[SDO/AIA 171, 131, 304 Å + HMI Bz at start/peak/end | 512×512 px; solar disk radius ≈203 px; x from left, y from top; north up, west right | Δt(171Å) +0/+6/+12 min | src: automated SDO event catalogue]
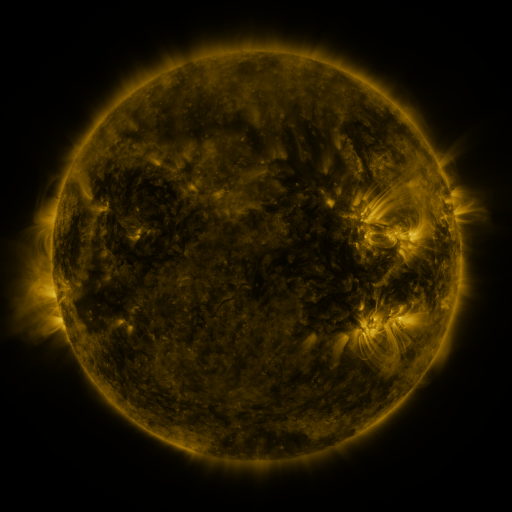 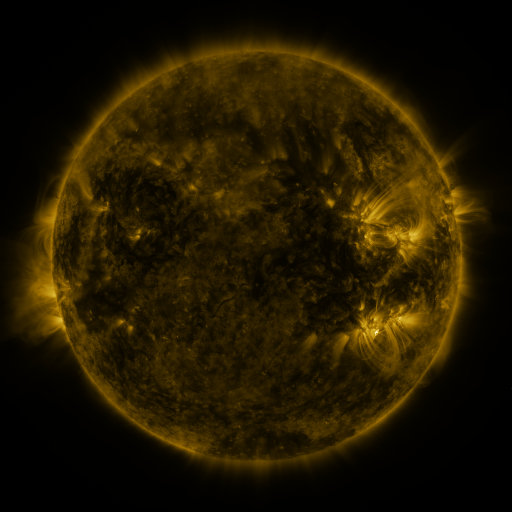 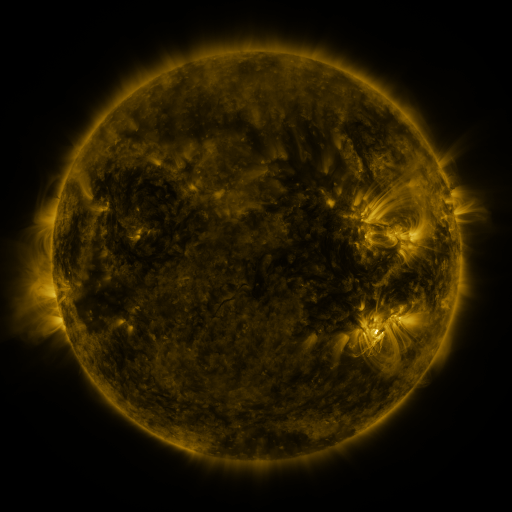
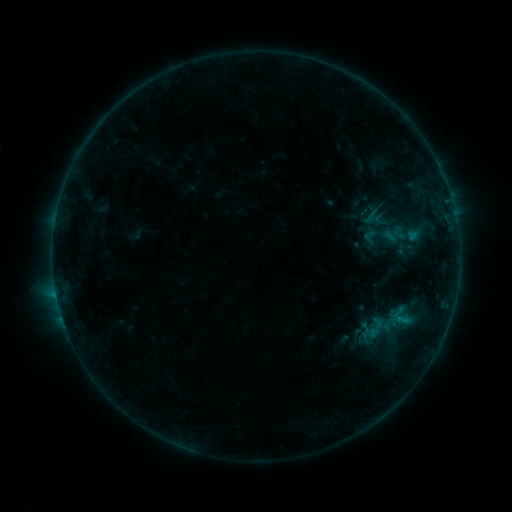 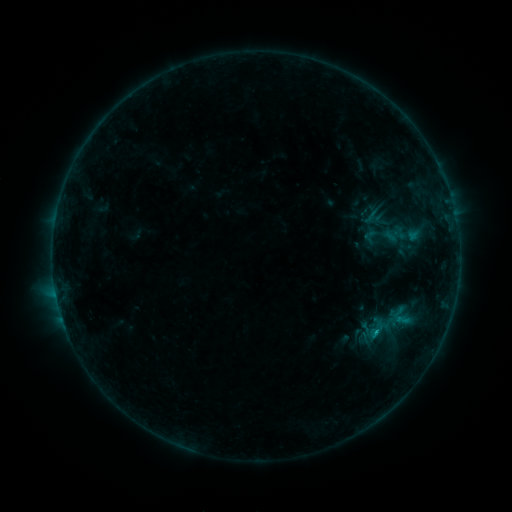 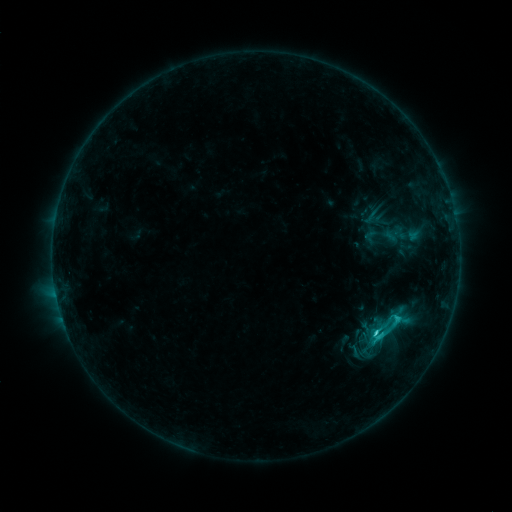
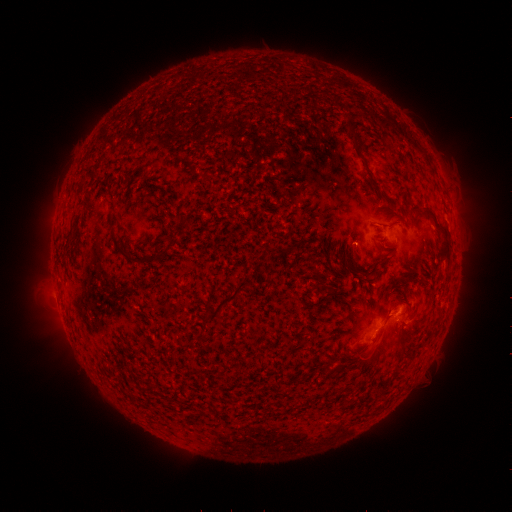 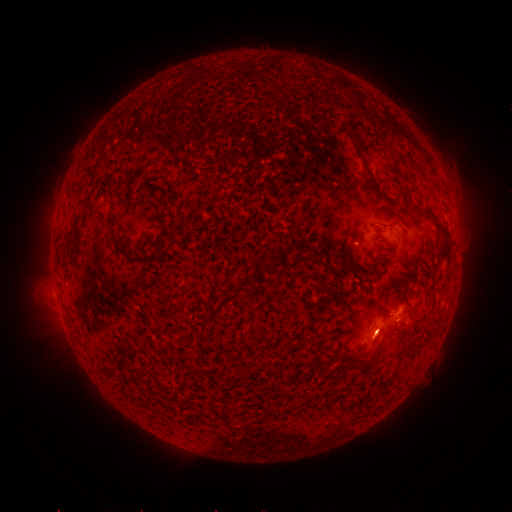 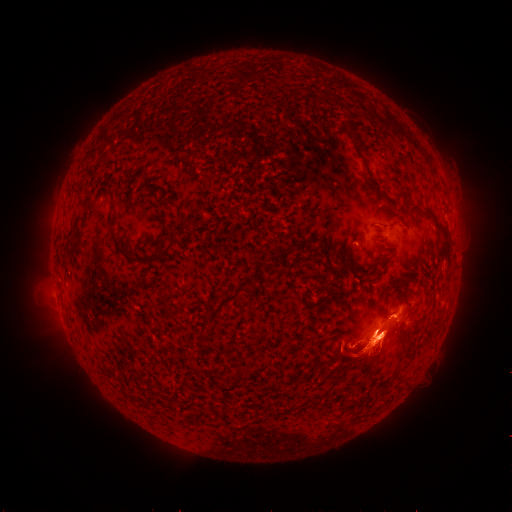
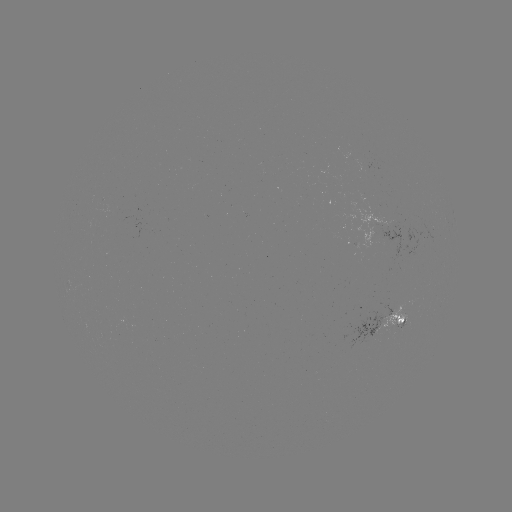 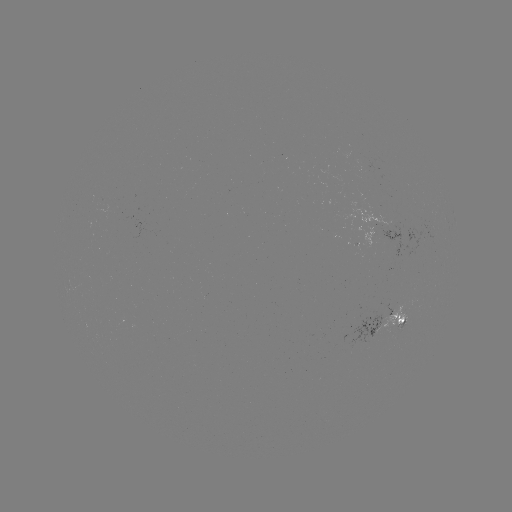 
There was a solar flare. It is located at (375, 331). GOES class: C4.3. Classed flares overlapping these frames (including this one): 1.